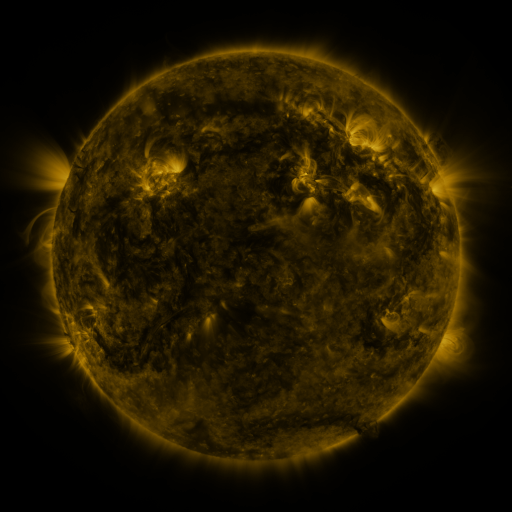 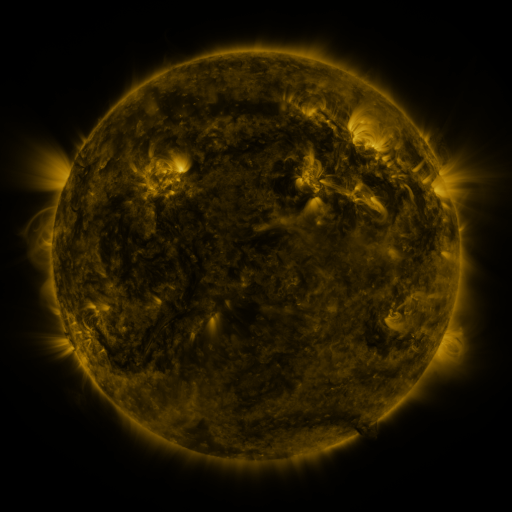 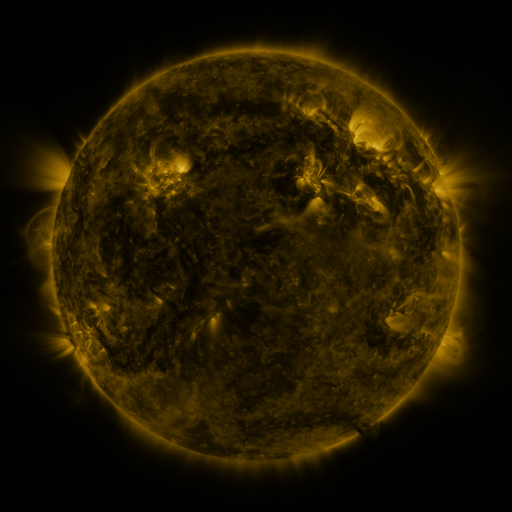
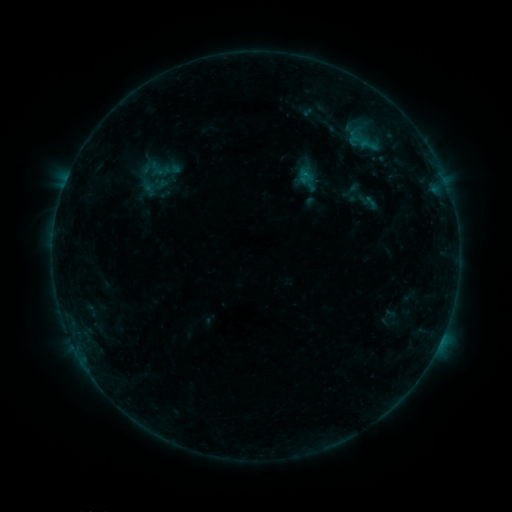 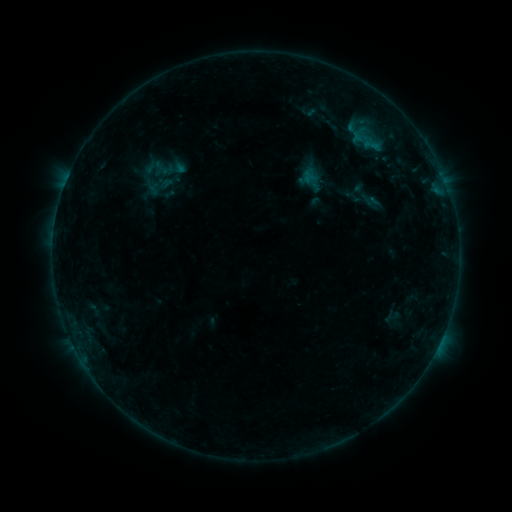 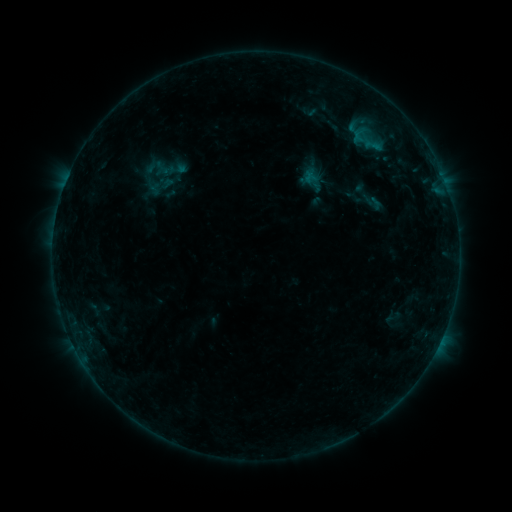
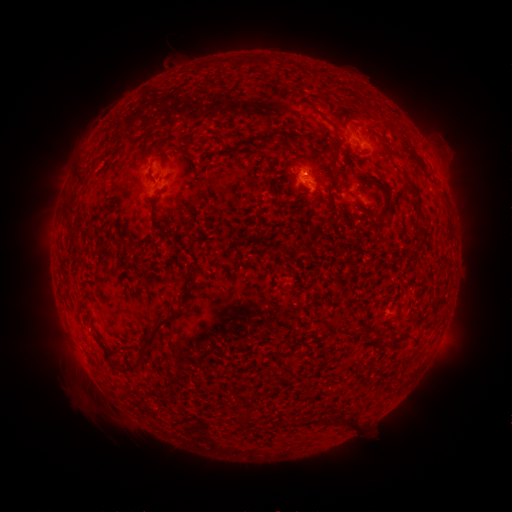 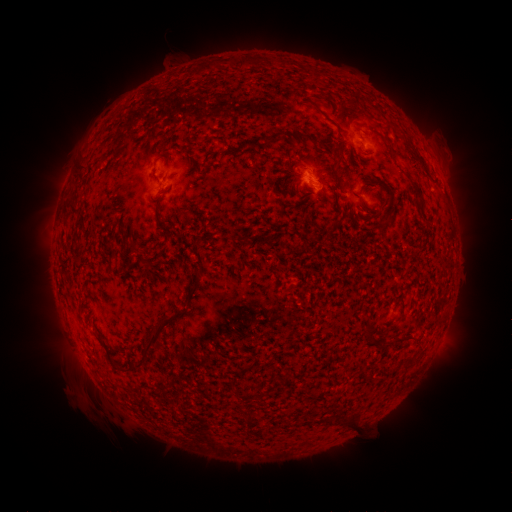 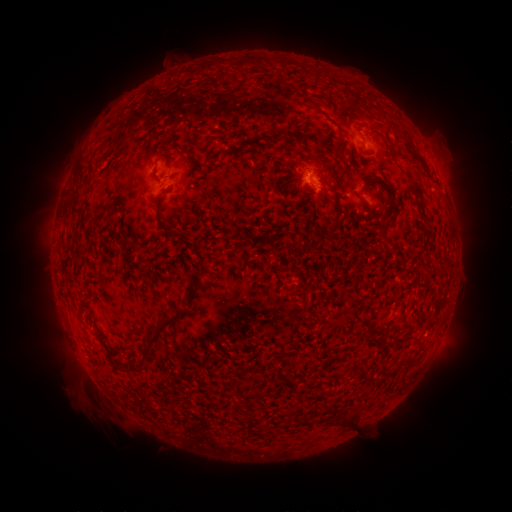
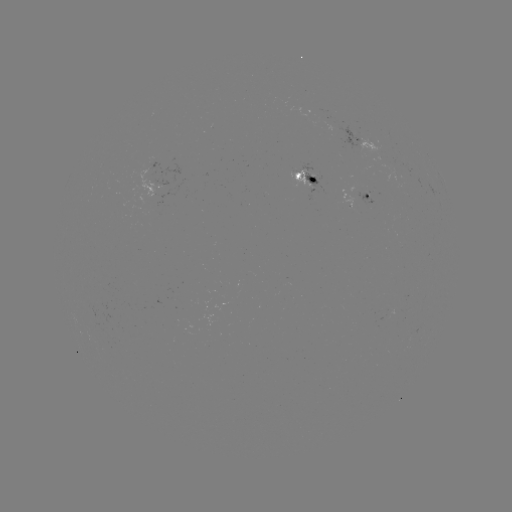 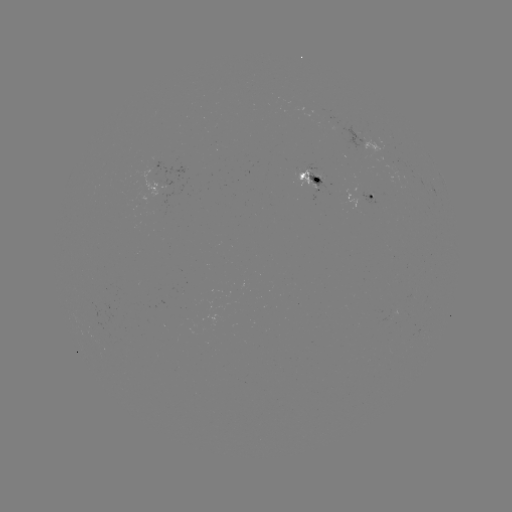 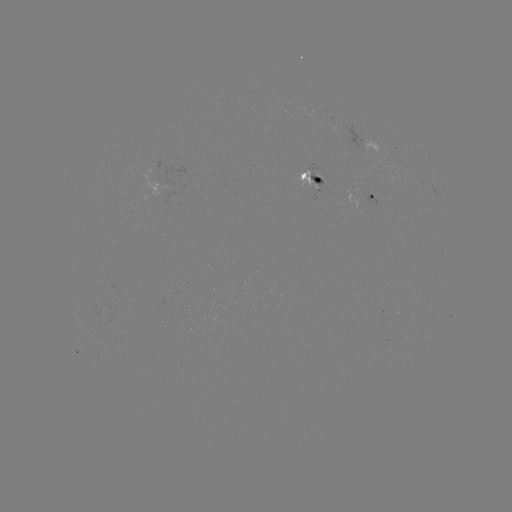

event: emerging-flux region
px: (363, 197)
